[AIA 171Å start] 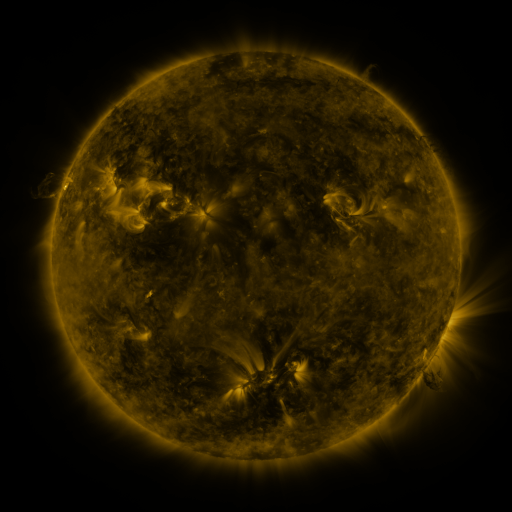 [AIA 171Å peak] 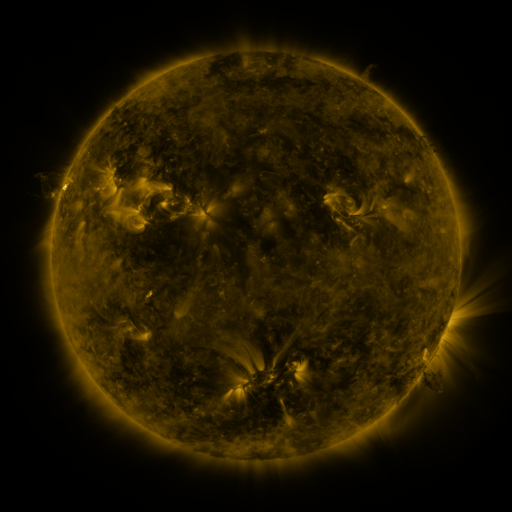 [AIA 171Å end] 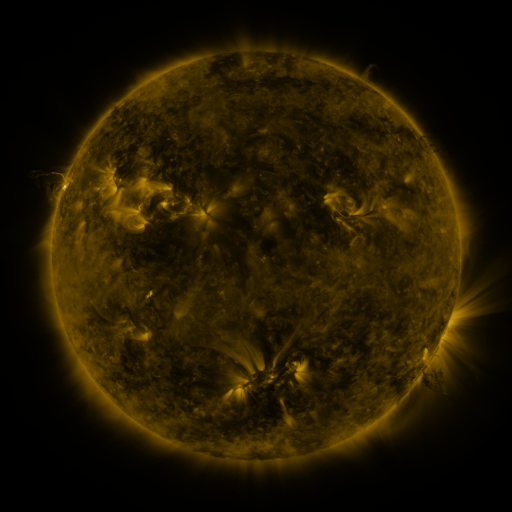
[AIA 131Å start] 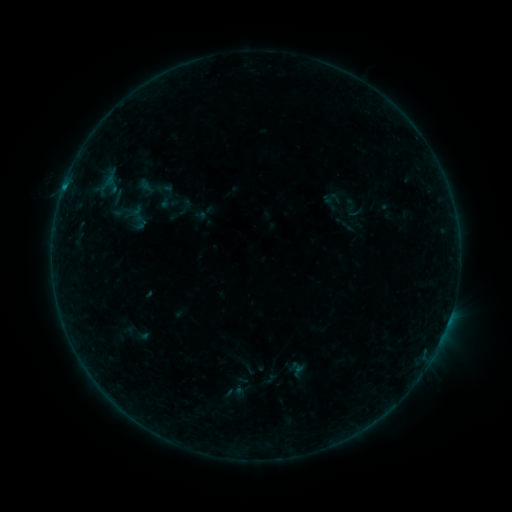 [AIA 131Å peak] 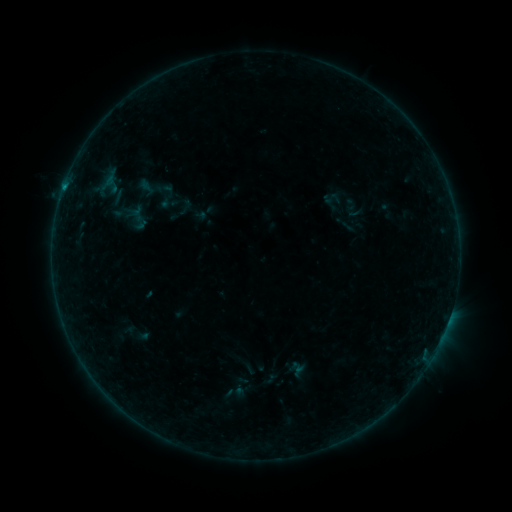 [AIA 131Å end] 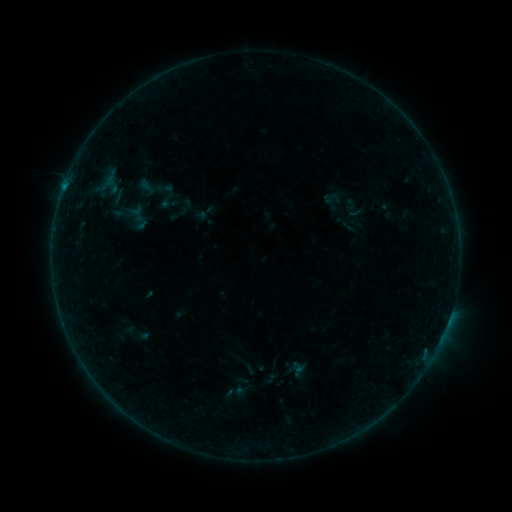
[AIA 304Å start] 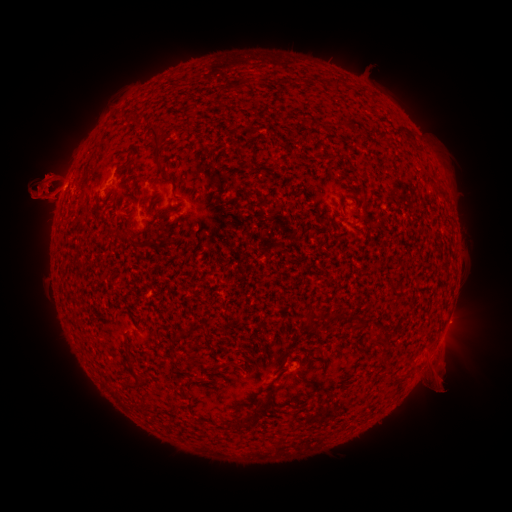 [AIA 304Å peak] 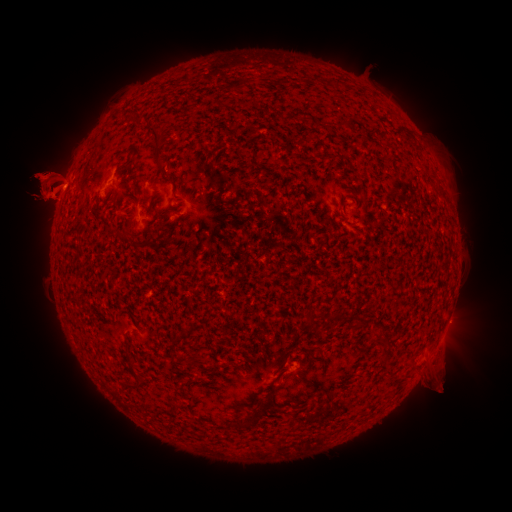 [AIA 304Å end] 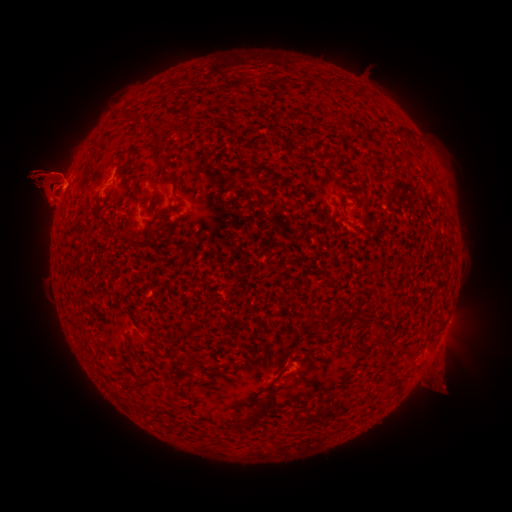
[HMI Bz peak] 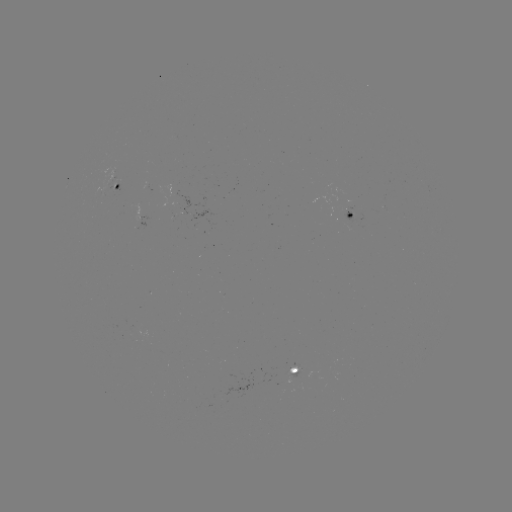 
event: eruption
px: (42, 121)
